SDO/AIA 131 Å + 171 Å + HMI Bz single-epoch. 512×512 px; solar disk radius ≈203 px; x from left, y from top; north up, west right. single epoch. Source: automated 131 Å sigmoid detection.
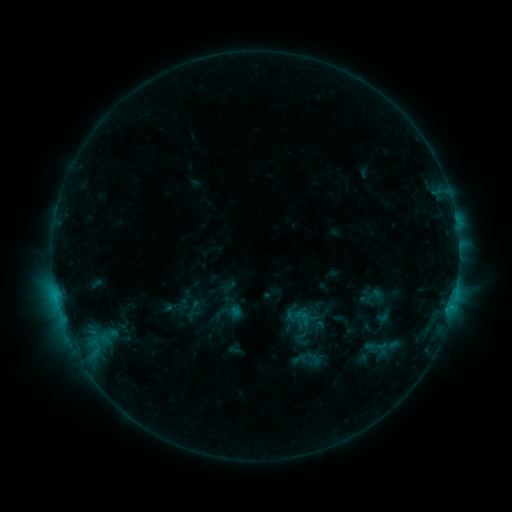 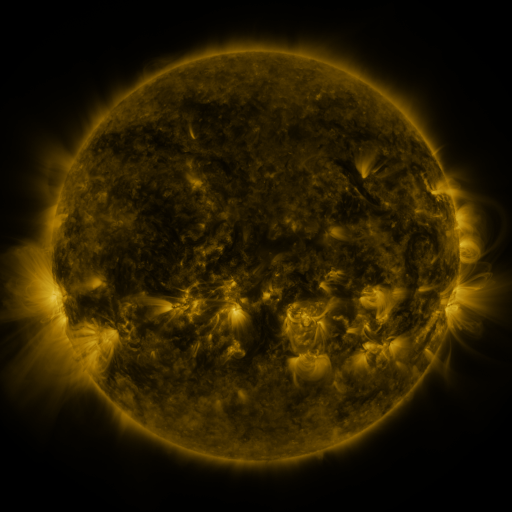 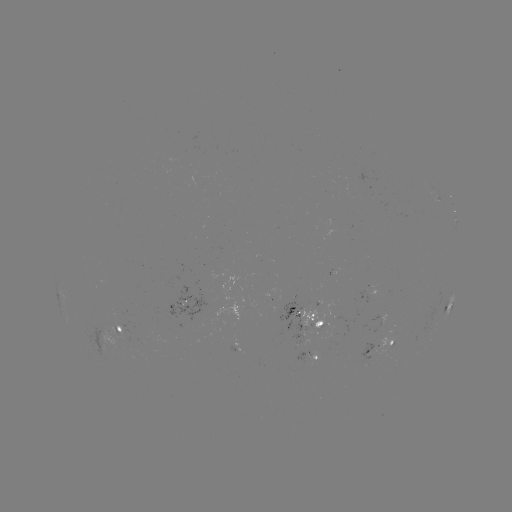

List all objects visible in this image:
sigmoid: <bbox>293, 329, 309, 345</bbox>
